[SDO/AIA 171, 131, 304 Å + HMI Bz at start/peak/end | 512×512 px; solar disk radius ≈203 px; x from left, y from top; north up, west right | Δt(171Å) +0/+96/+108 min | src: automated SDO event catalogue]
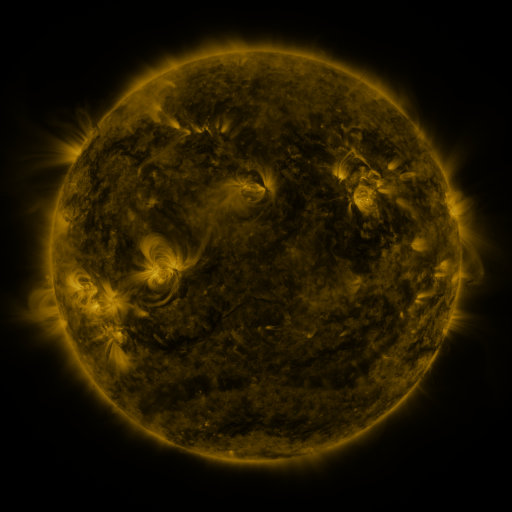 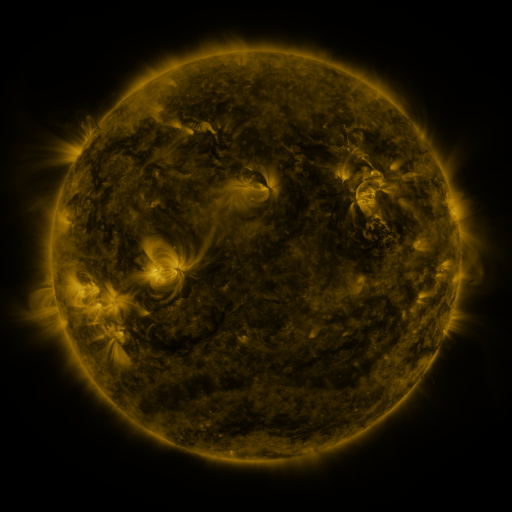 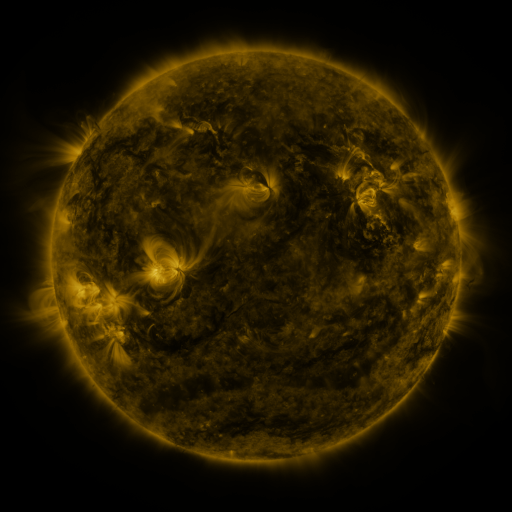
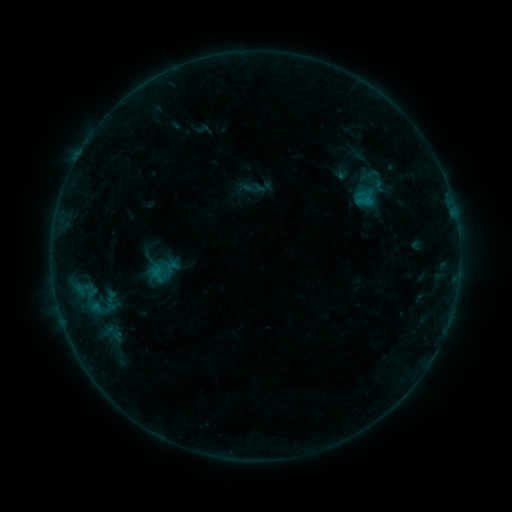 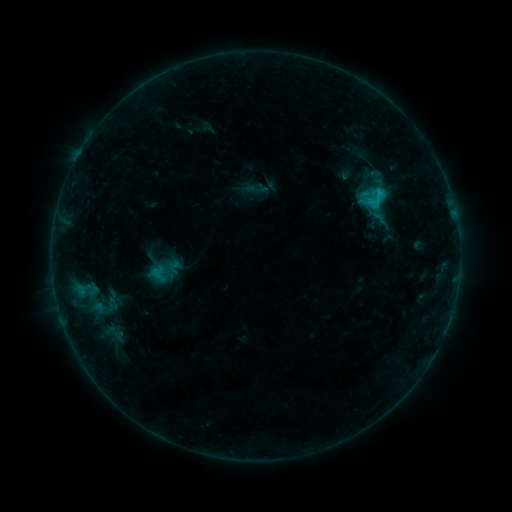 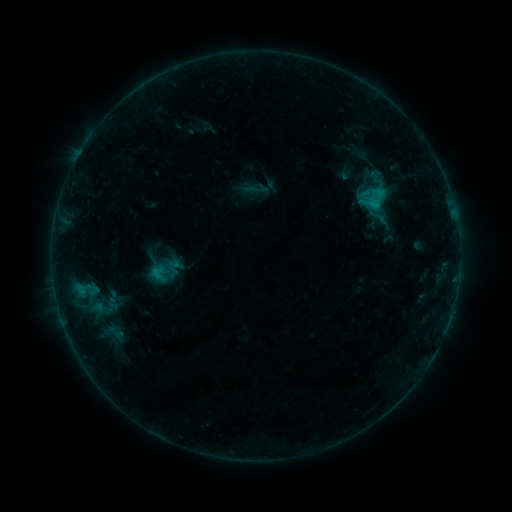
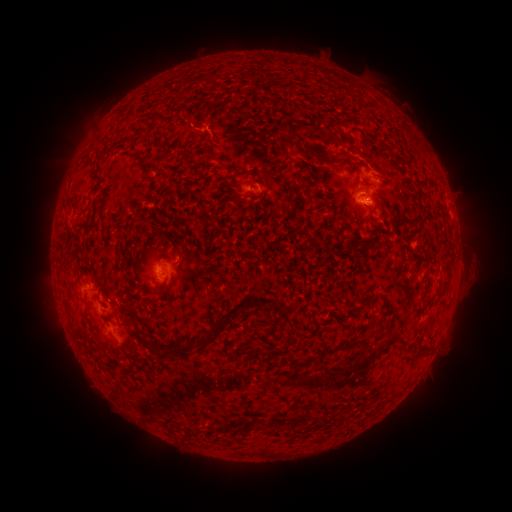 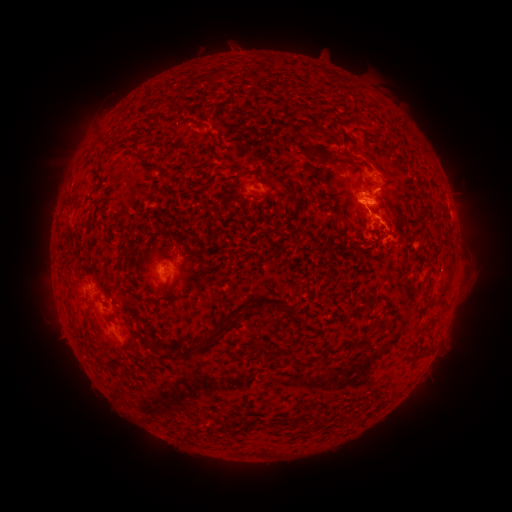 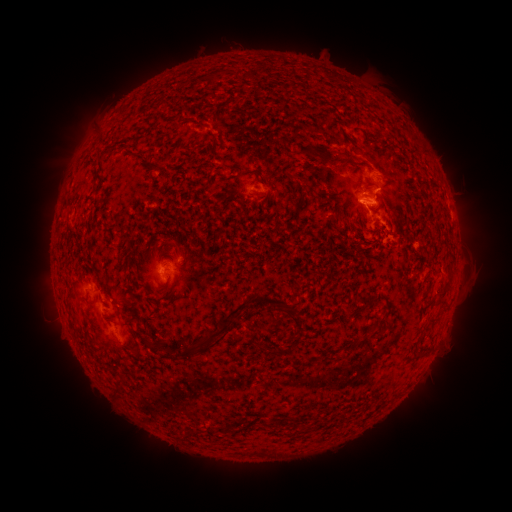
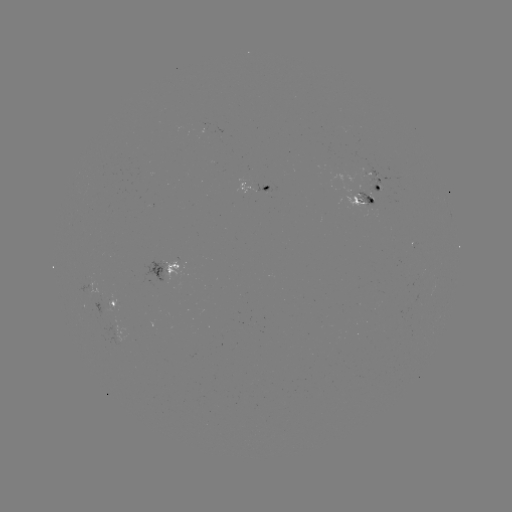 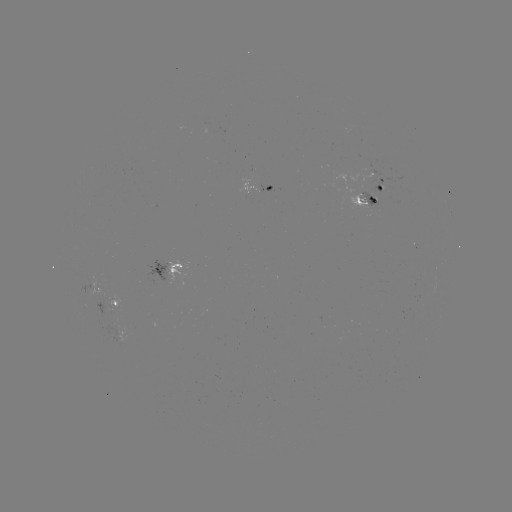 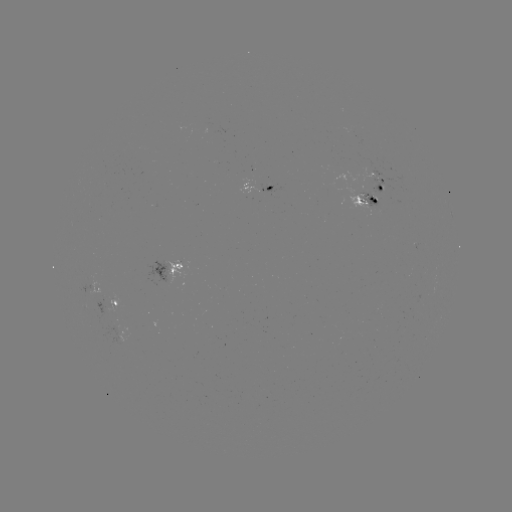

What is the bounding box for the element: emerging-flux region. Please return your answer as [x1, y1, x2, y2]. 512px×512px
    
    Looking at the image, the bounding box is [329, 173, 378, 211].